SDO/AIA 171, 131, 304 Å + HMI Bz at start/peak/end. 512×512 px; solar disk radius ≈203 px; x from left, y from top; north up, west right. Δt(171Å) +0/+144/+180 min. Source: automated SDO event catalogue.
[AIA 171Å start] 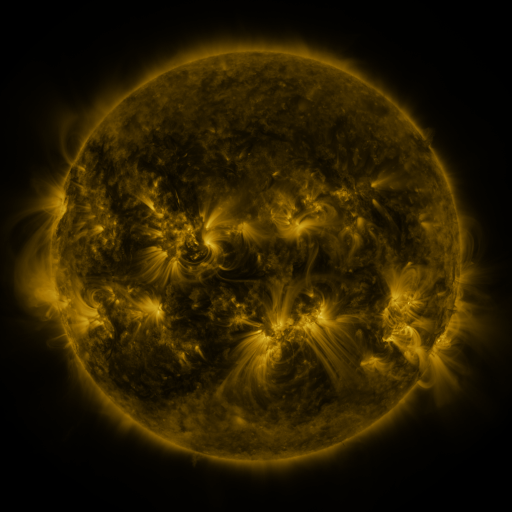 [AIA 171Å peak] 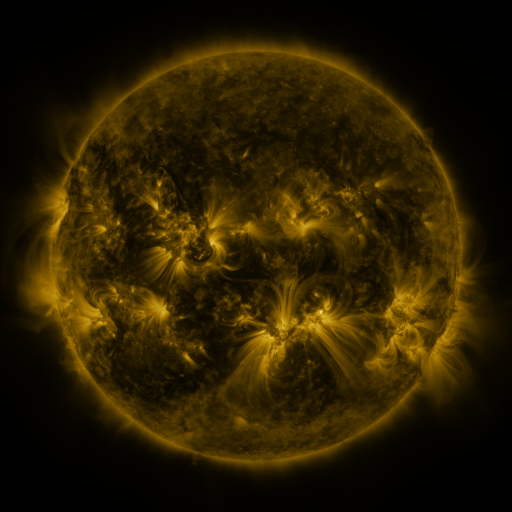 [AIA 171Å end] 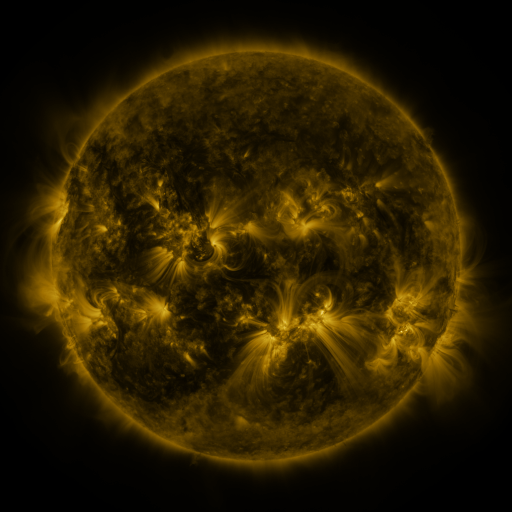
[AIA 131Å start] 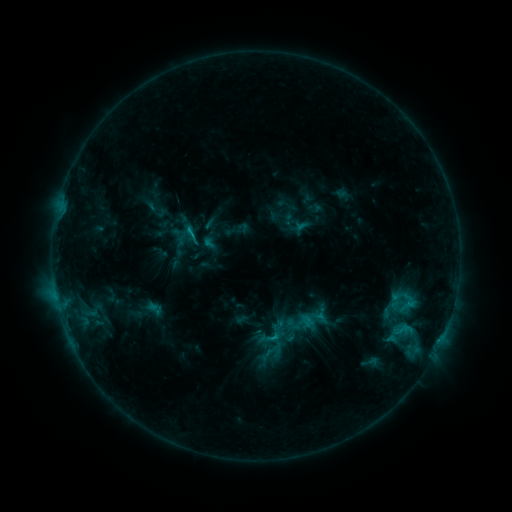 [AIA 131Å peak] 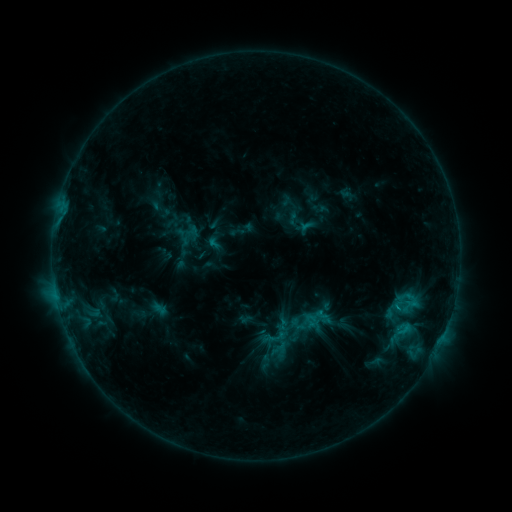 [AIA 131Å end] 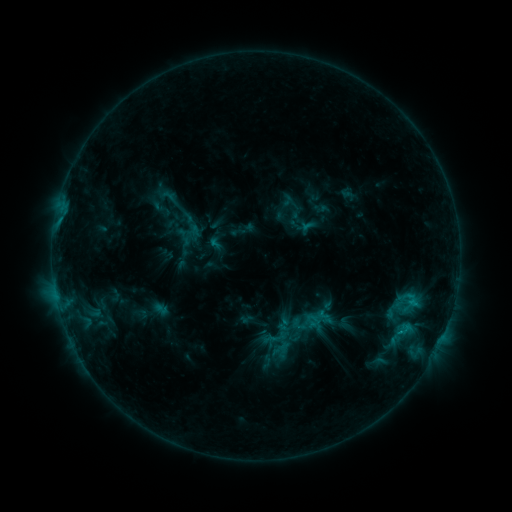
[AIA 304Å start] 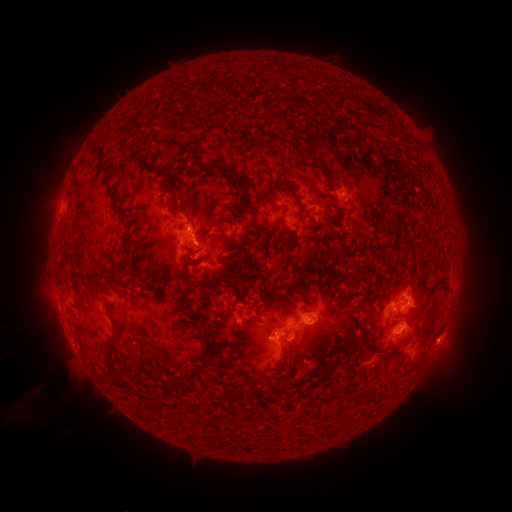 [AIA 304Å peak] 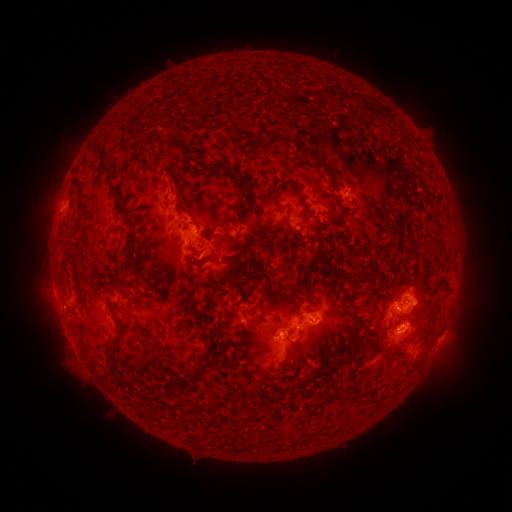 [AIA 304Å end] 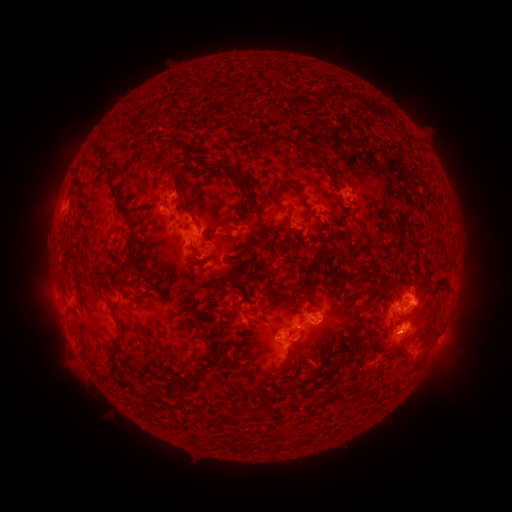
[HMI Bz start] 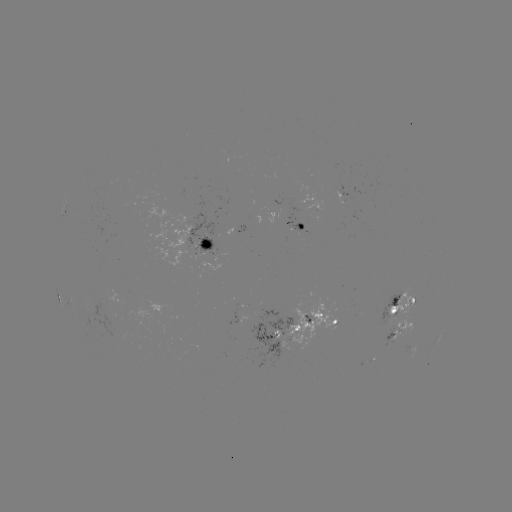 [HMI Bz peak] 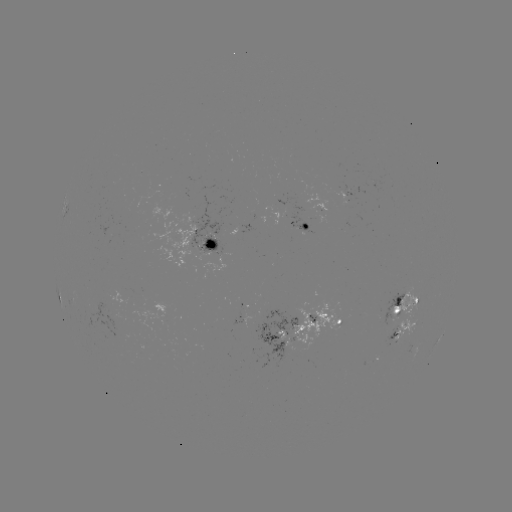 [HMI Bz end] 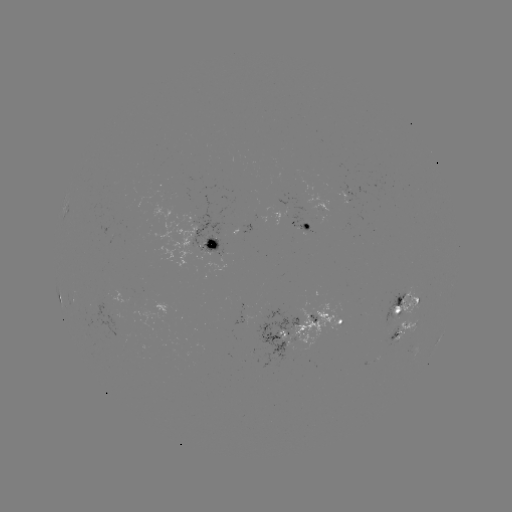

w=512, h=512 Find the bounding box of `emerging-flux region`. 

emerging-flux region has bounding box [231, 308, 243, 326].